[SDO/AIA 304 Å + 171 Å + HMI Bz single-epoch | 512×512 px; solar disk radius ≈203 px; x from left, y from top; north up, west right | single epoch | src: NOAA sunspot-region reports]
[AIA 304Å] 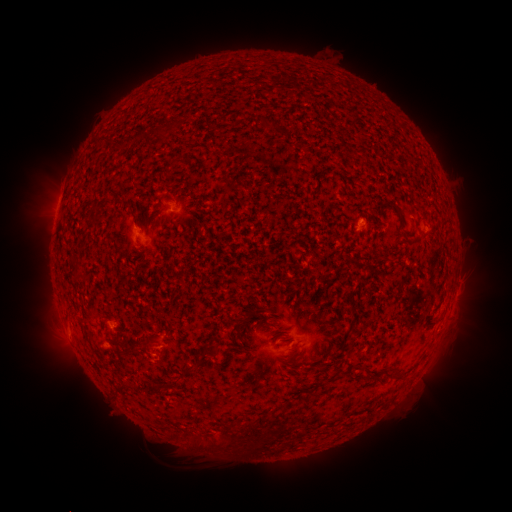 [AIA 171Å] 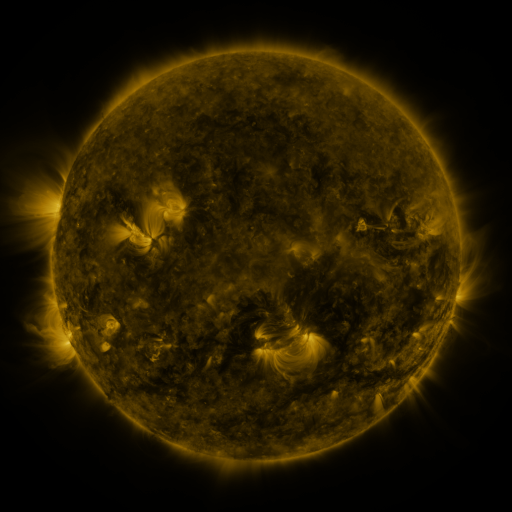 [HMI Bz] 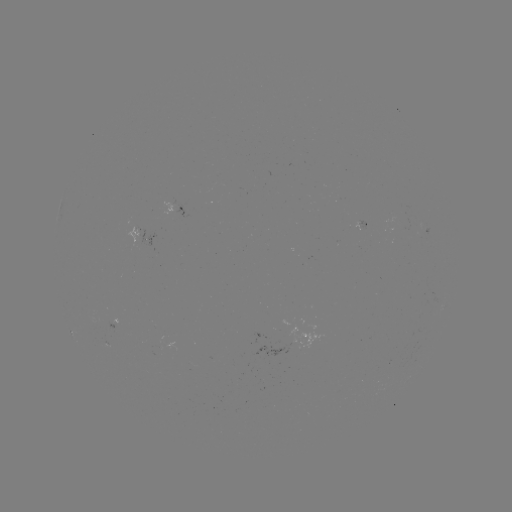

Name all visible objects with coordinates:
spotted active region: (176, 208)
spotted active region: (454, 298)
spotted active region: (117, 321)
spotted active region: (305, 335)
